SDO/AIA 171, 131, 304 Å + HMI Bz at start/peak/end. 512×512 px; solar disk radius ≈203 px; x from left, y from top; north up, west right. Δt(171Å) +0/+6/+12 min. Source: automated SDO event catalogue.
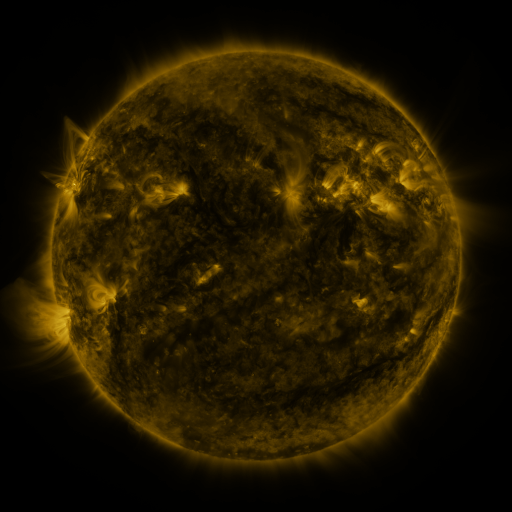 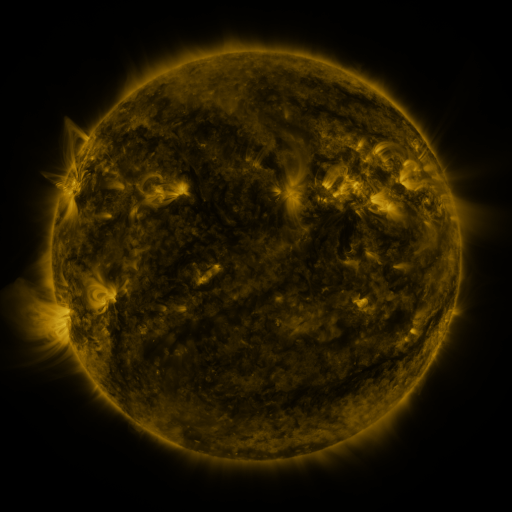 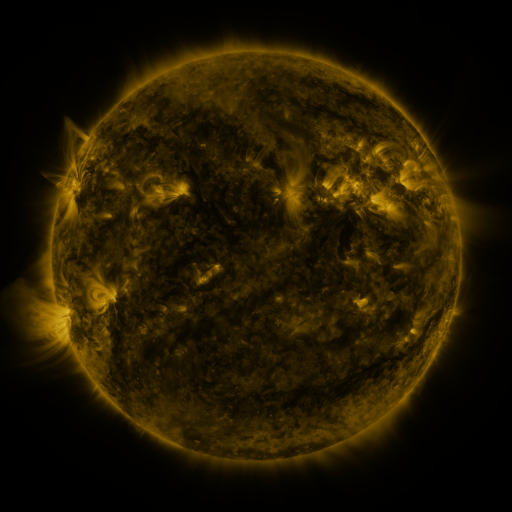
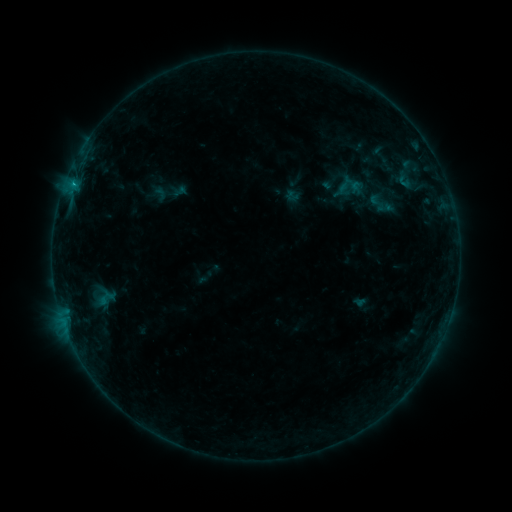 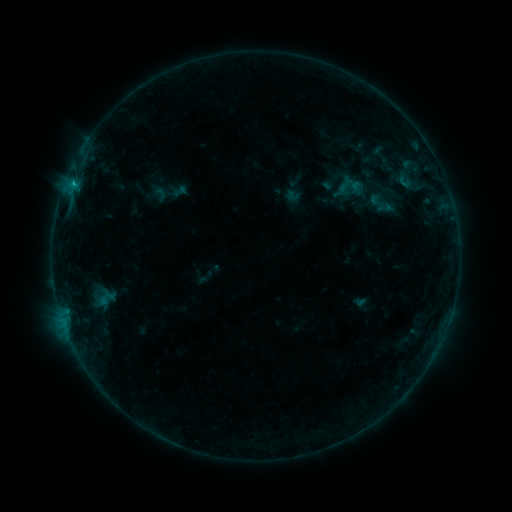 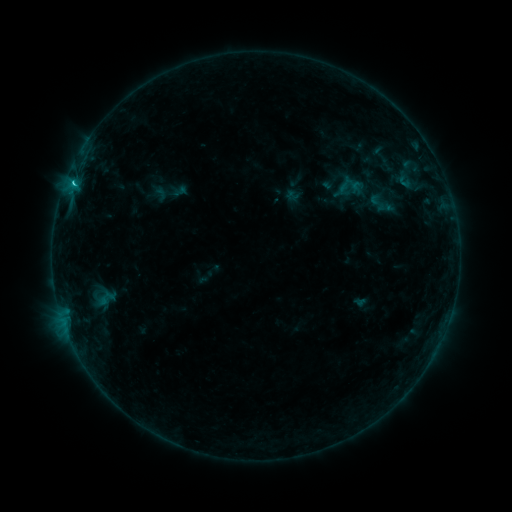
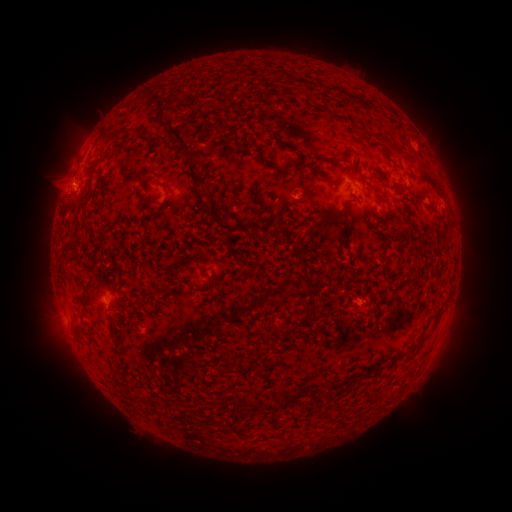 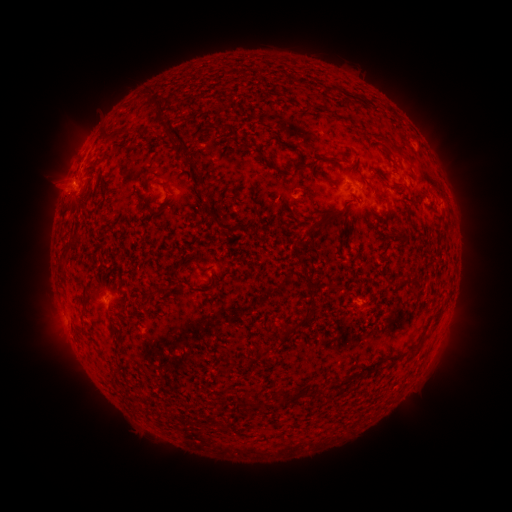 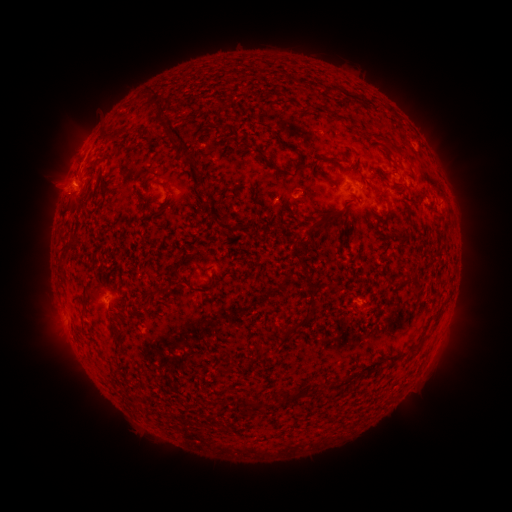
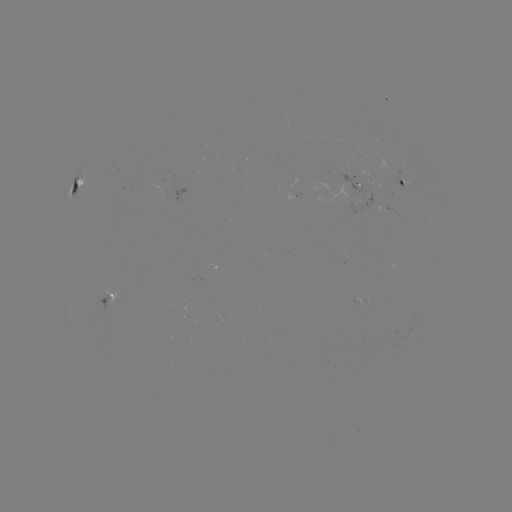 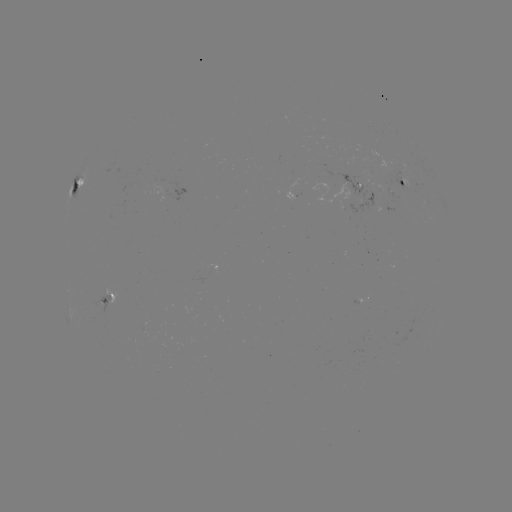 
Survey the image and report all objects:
C1.4 flare: (74, 185)
